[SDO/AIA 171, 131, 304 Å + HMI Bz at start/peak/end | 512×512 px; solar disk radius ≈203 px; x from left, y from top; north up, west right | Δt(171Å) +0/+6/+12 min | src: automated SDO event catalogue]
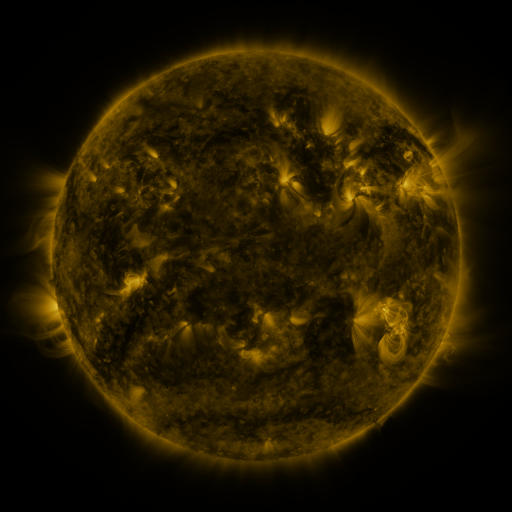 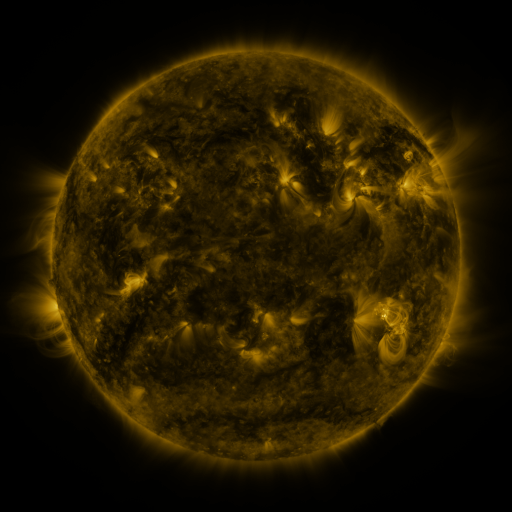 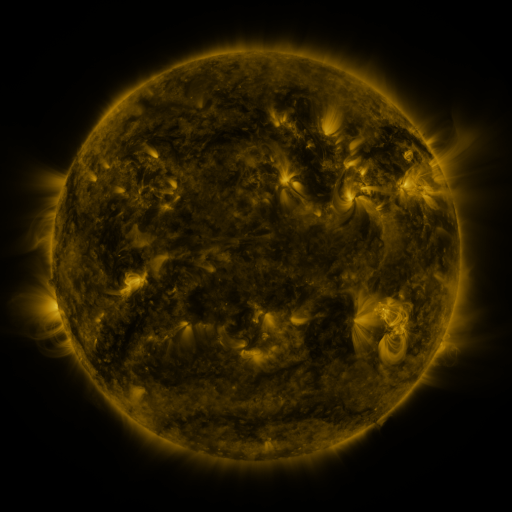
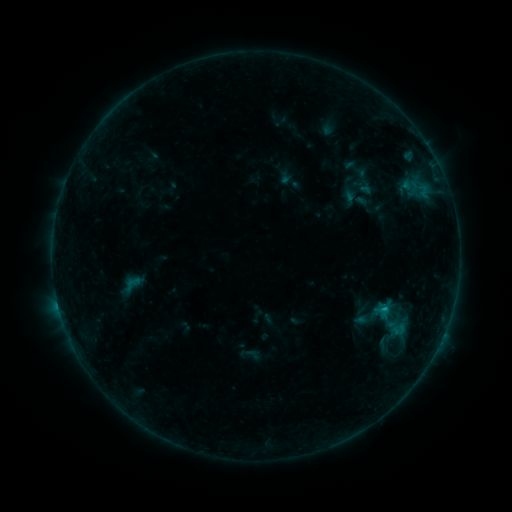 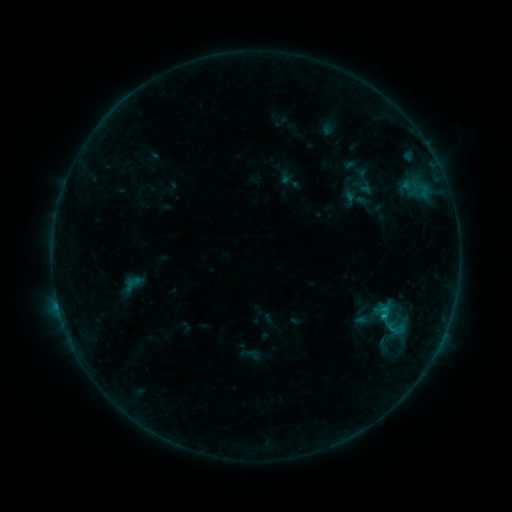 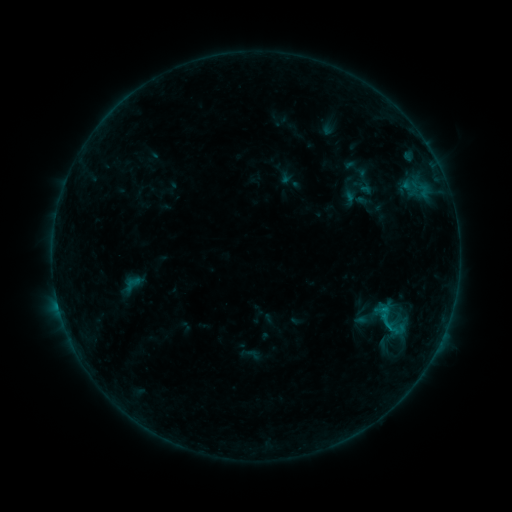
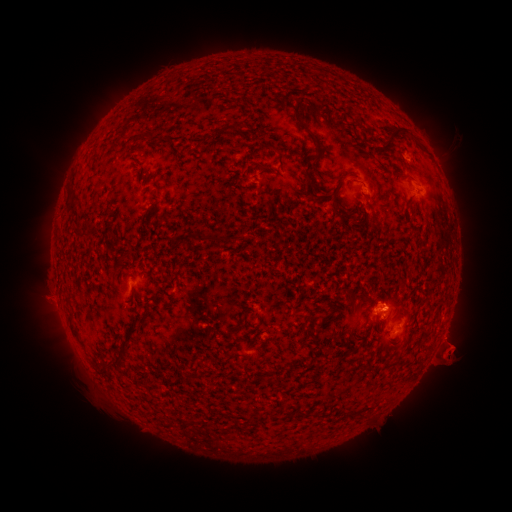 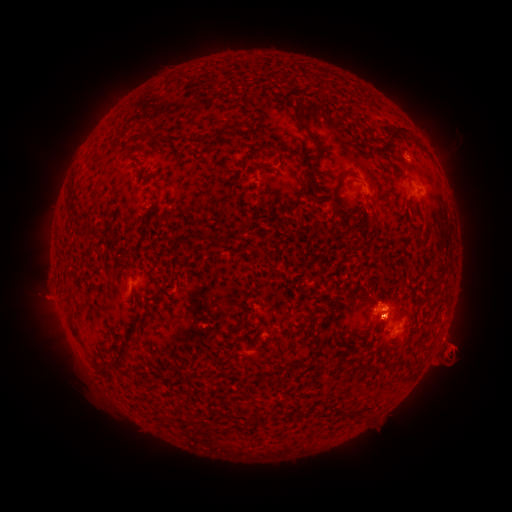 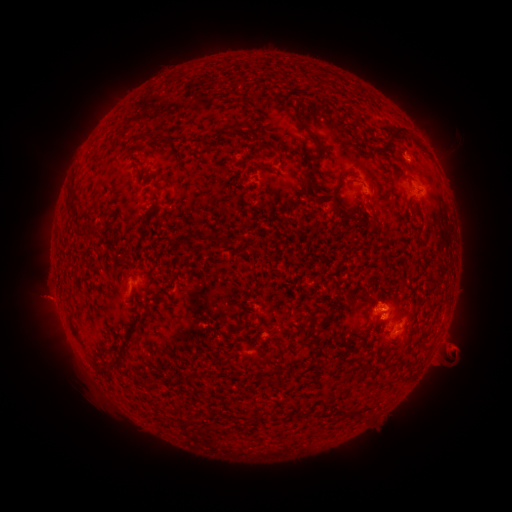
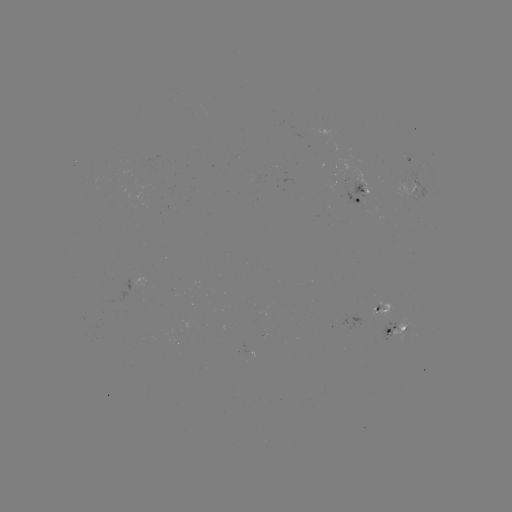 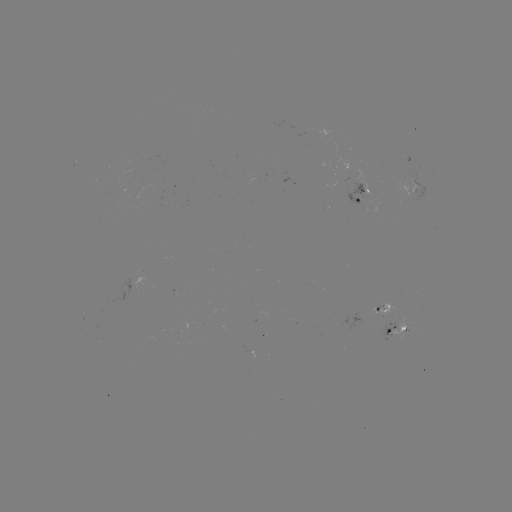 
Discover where B5.9 flare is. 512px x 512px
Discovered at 382,314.